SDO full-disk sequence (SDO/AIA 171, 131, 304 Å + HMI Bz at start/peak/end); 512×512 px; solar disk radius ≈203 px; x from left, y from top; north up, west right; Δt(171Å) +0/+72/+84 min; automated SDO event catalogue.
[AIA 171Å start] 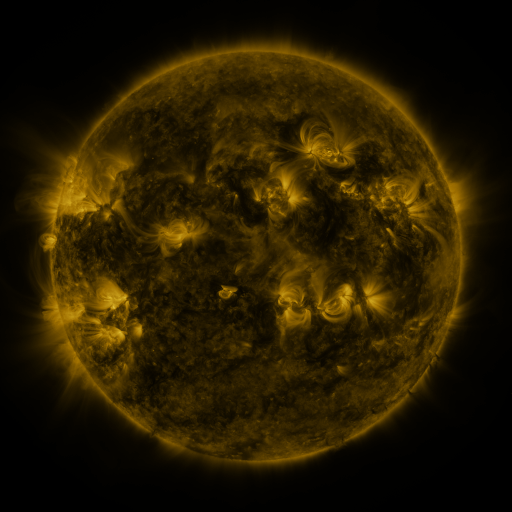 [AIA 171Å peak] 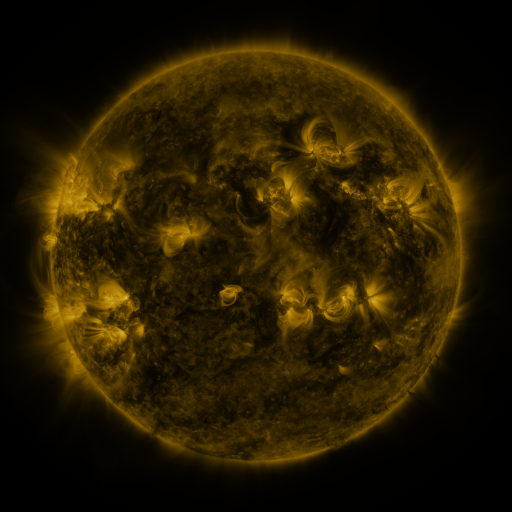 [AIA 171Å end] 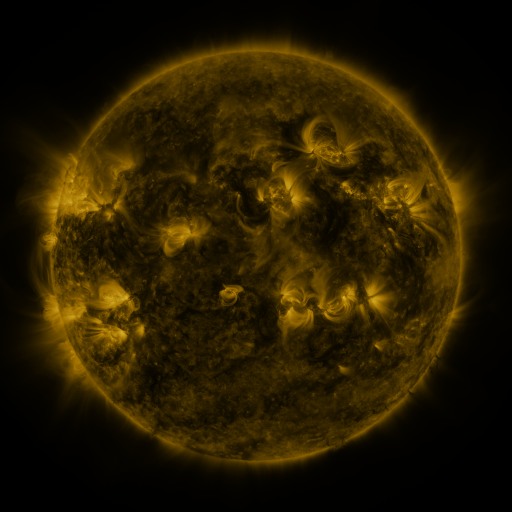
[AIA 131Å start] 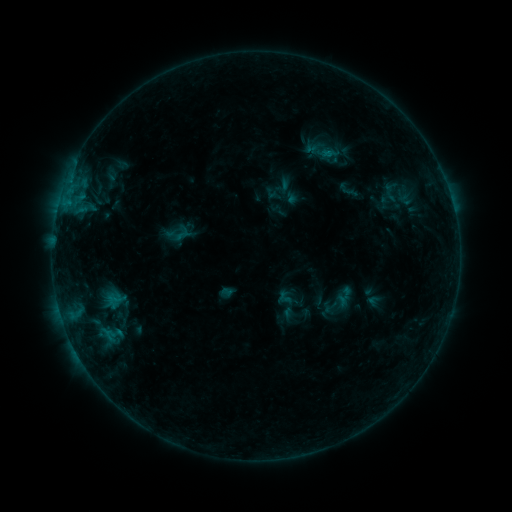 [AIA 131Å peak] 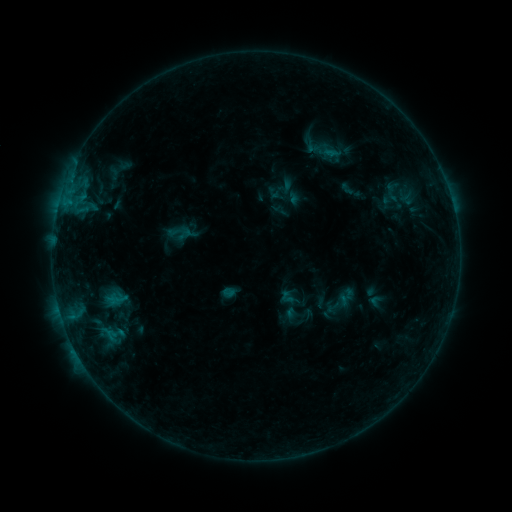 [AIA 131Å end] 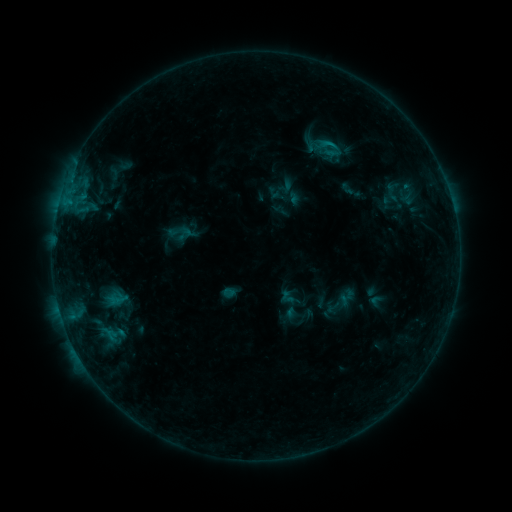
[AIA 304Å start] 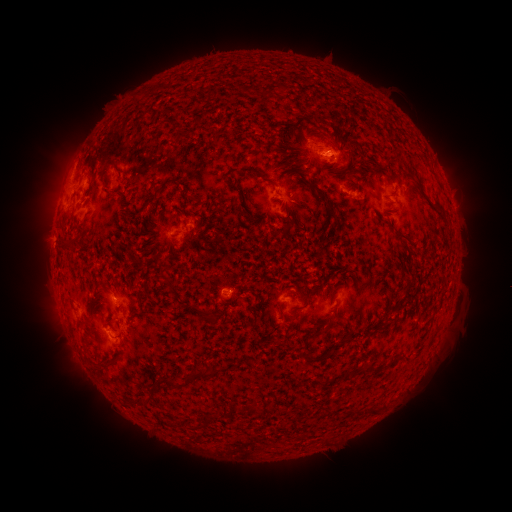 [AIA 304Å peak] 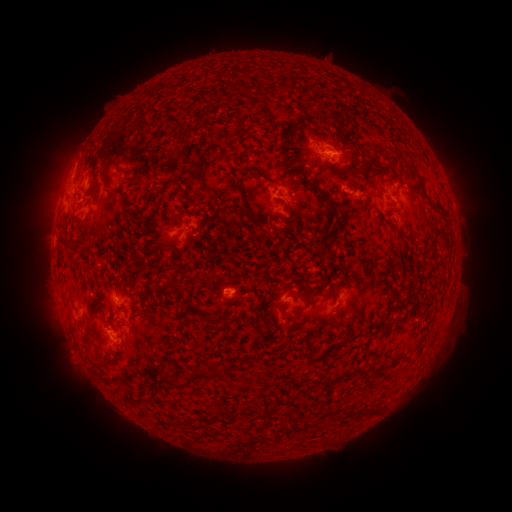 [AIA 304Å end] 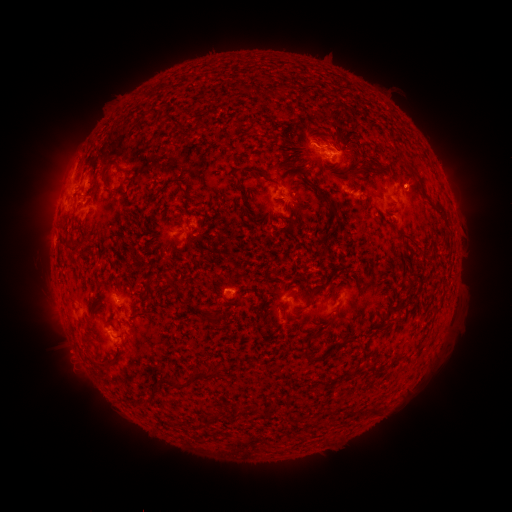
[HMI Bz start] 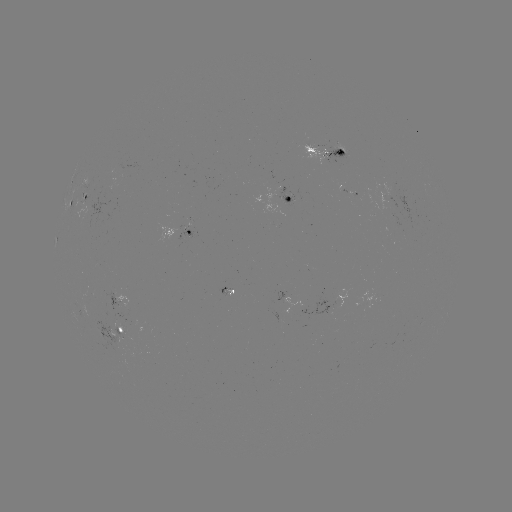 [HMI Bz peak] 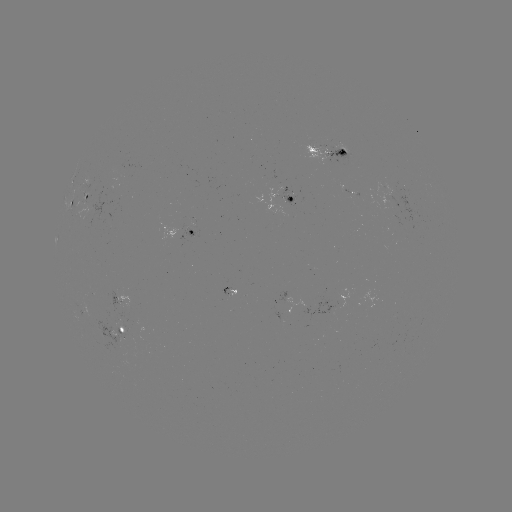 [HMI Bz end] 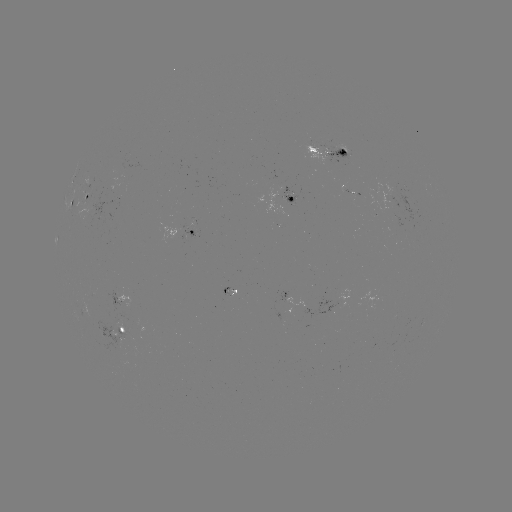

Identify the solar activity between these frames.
emerging-flux region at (286, 199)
